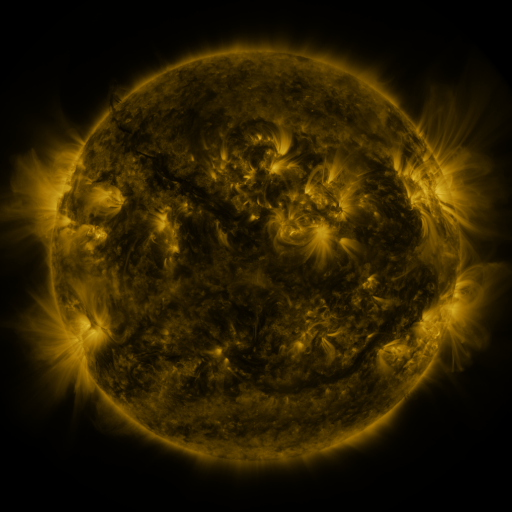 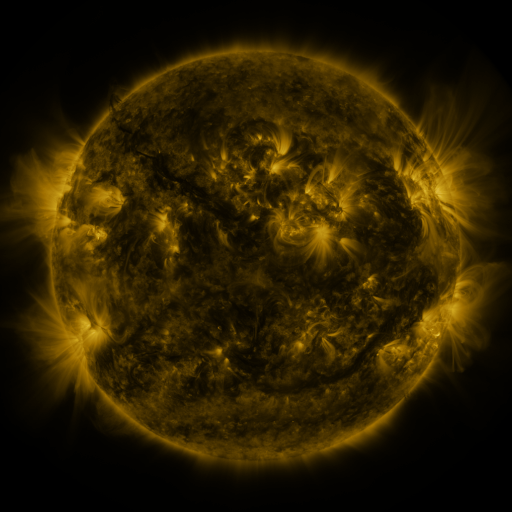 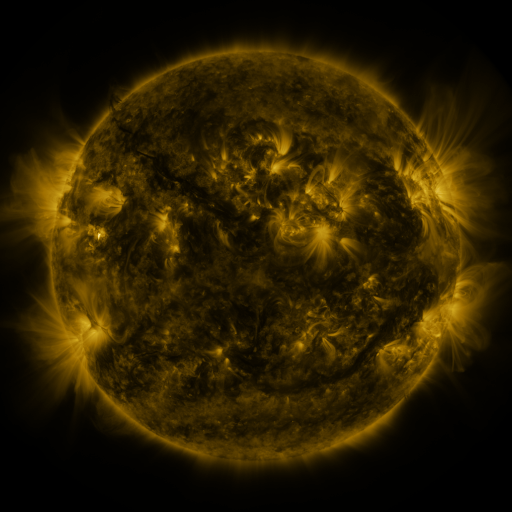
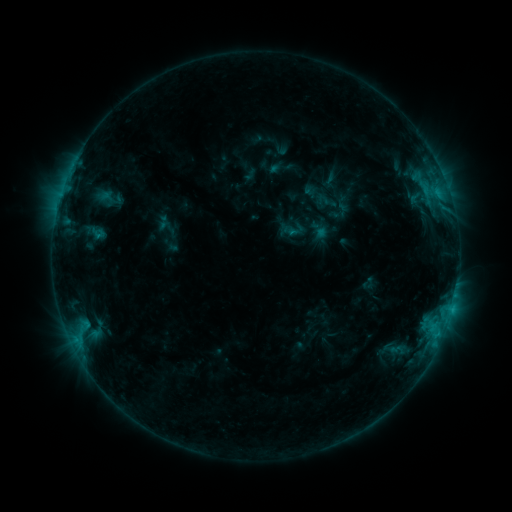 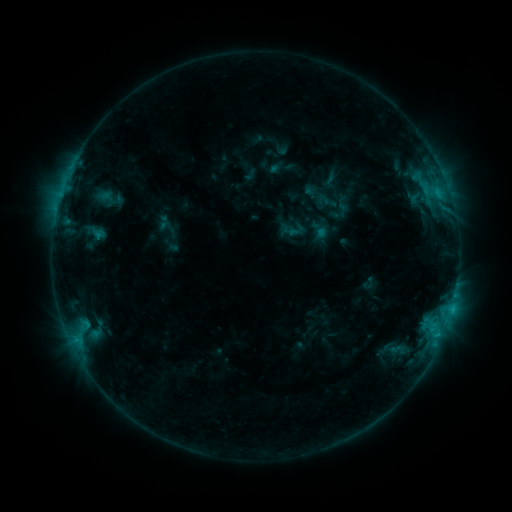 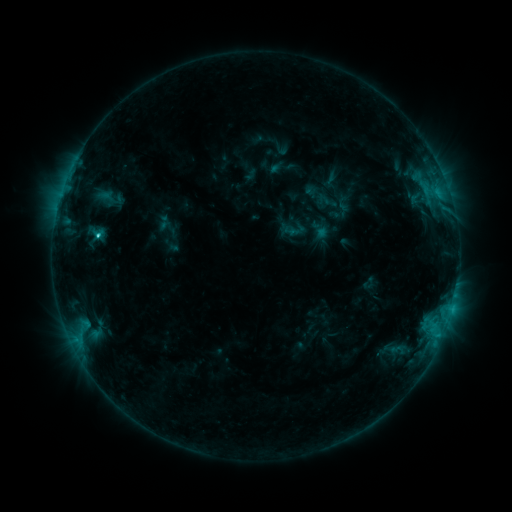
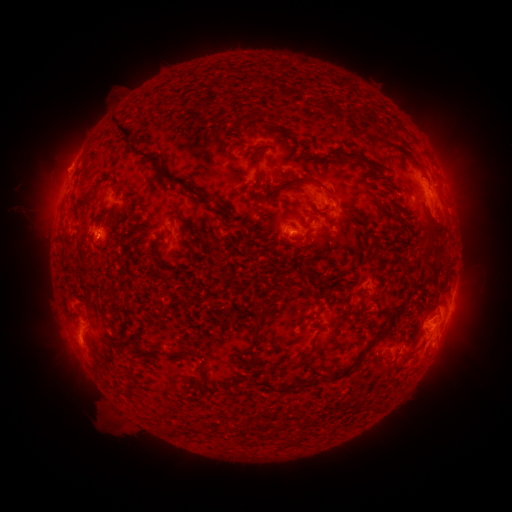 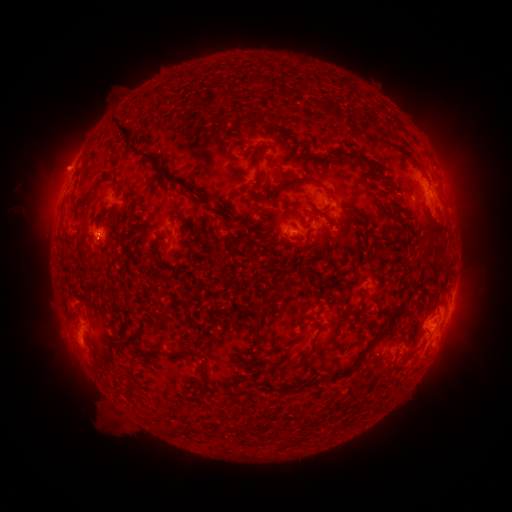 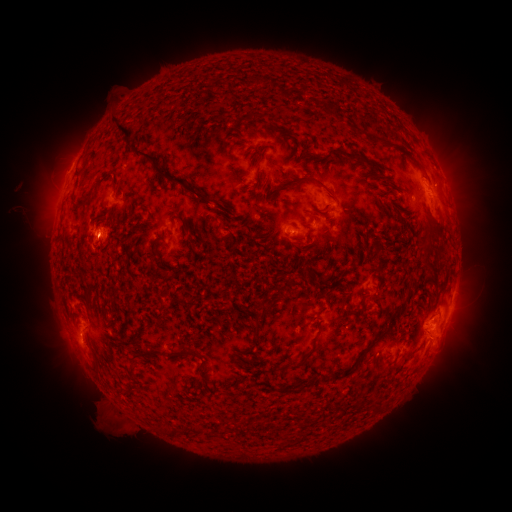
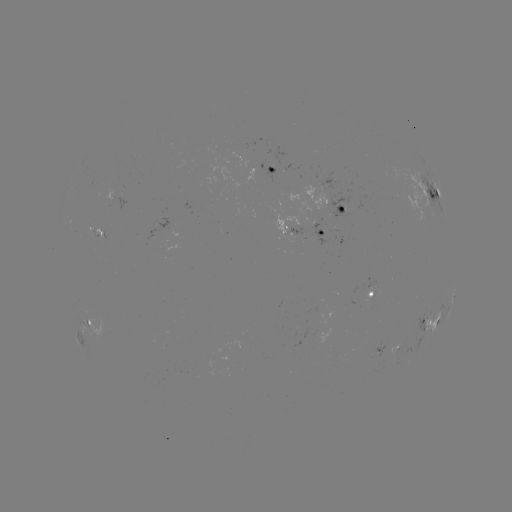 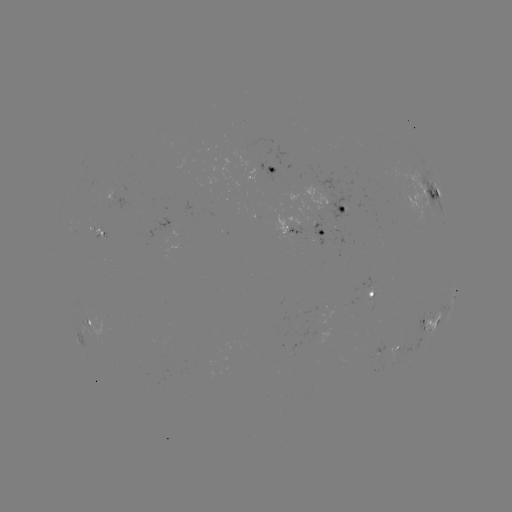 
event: flare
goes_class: C2.6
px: (98, 238)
